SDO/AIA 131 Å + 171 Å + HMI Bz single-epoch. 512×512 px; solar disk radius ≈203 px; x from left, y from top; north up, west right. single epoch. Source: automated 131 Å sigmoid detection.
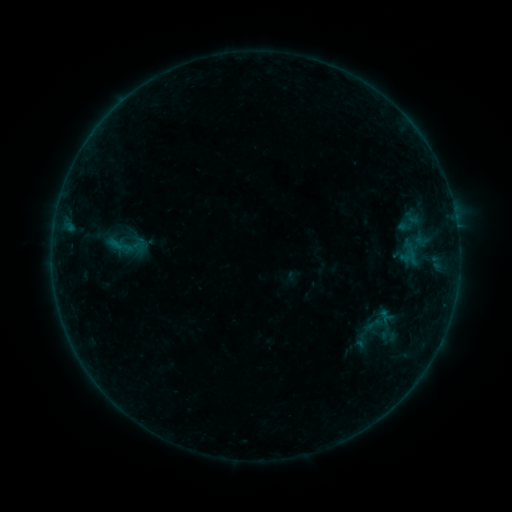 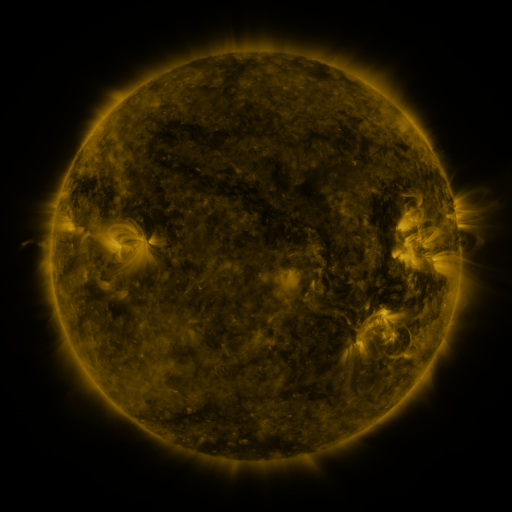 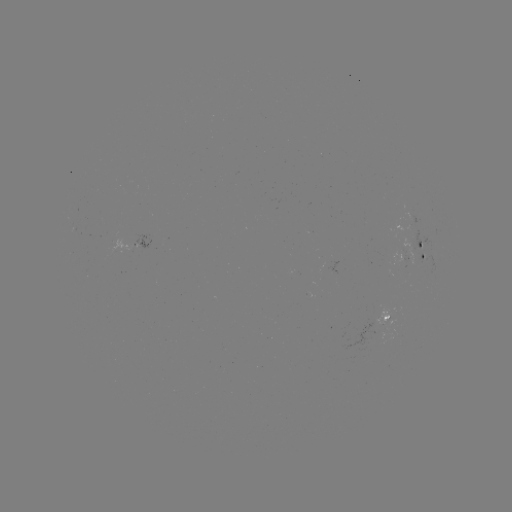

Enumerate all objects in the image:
sigmoid: (127, 246)
sigmoid: (376, 328)
